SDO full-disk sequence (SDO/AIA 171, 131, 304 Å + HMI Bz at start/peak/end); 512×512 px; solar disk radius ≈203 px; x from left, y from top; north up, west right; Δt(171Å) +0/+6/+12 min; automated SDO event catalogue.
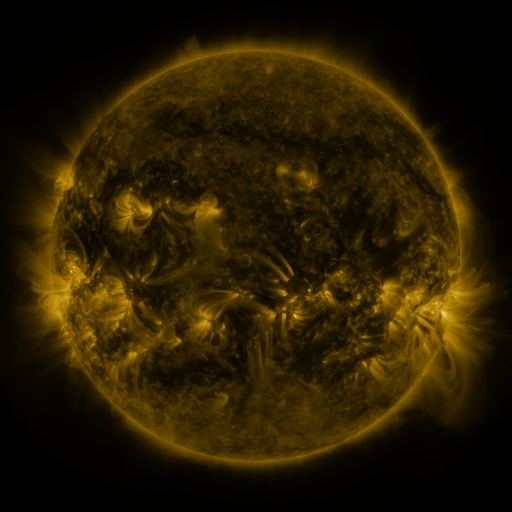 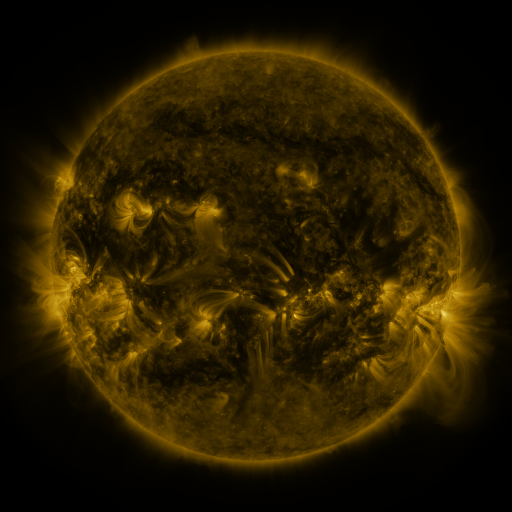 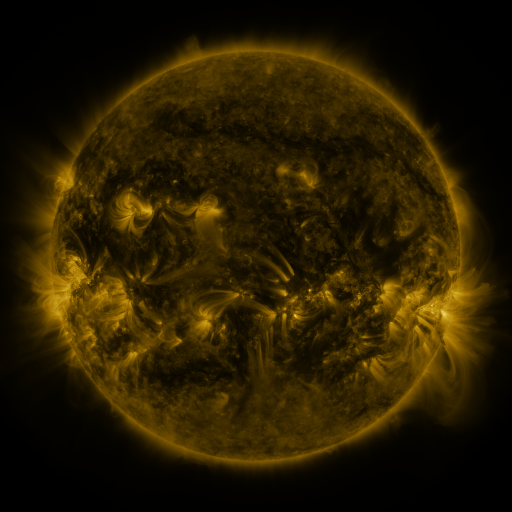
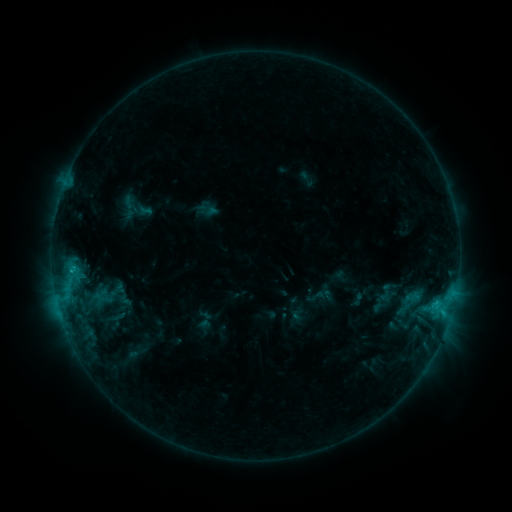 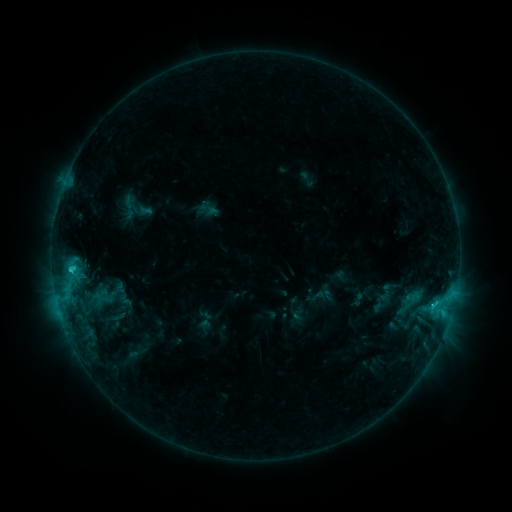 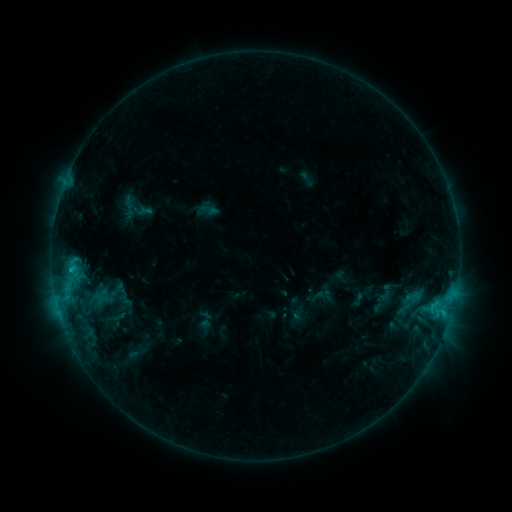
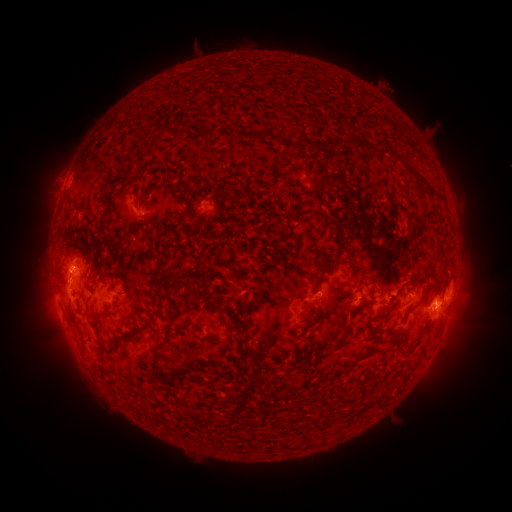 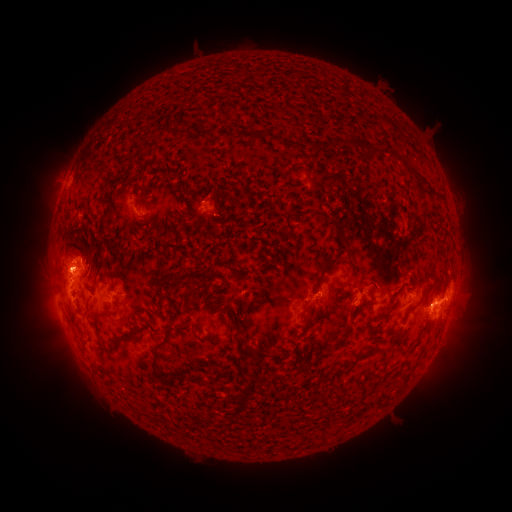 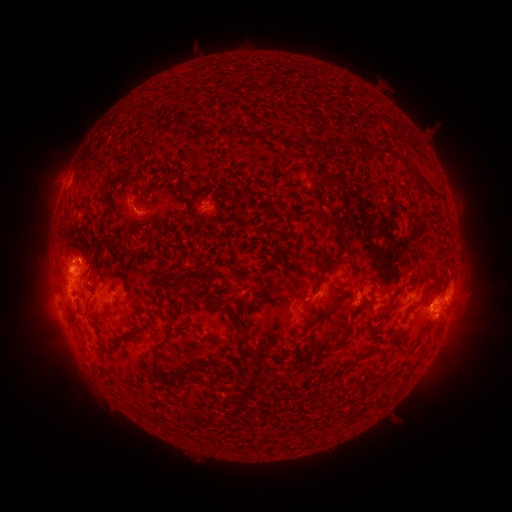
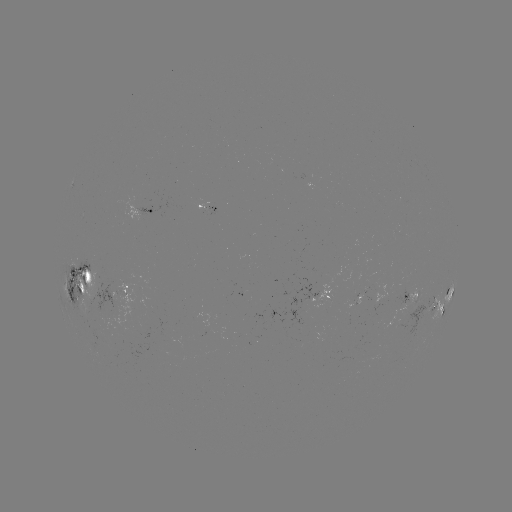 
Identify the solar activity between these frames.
eruption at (71, 253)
